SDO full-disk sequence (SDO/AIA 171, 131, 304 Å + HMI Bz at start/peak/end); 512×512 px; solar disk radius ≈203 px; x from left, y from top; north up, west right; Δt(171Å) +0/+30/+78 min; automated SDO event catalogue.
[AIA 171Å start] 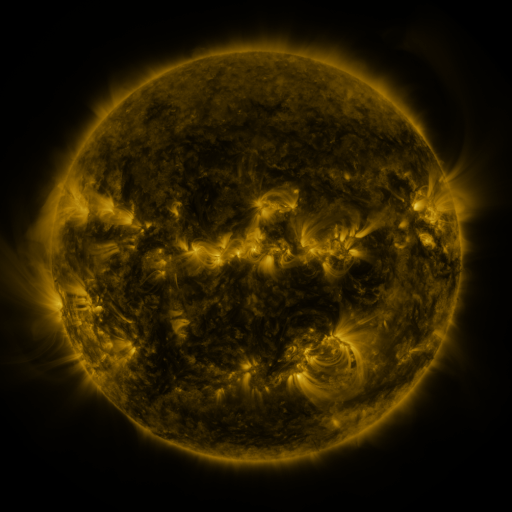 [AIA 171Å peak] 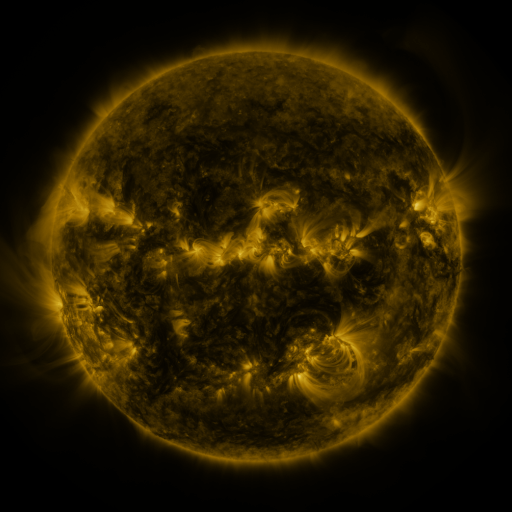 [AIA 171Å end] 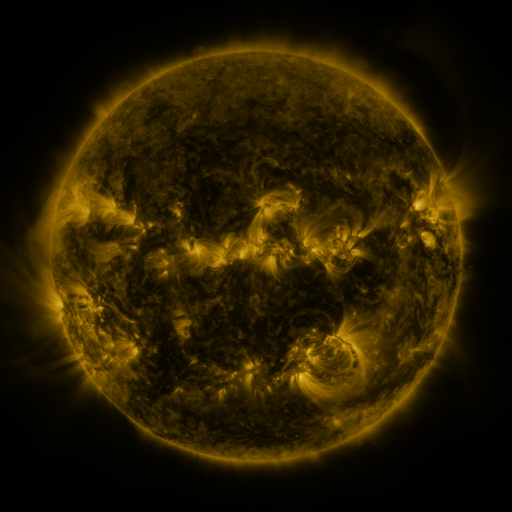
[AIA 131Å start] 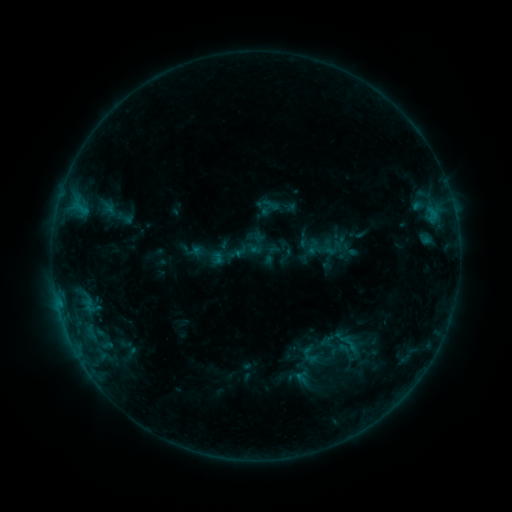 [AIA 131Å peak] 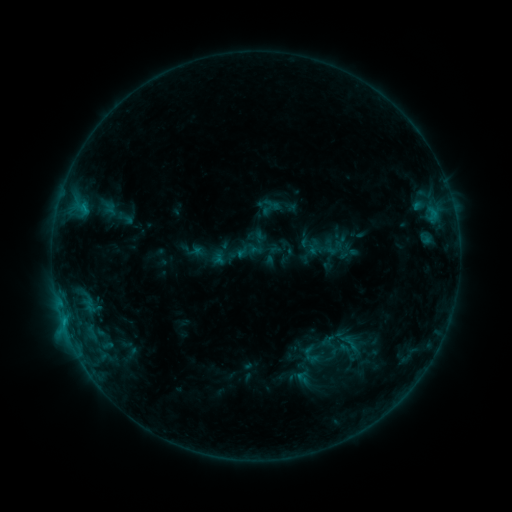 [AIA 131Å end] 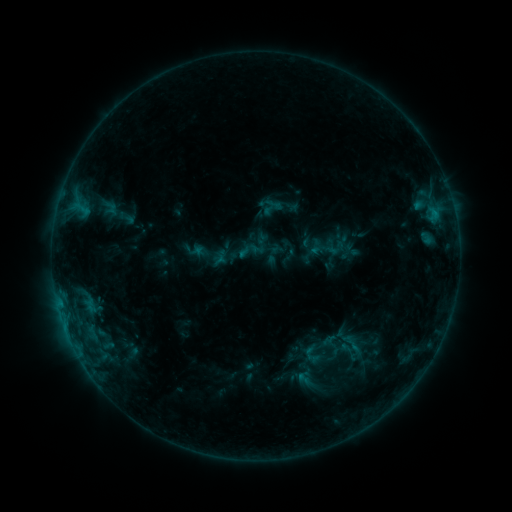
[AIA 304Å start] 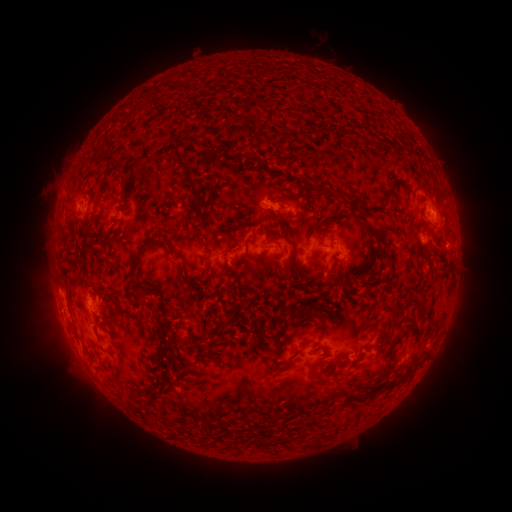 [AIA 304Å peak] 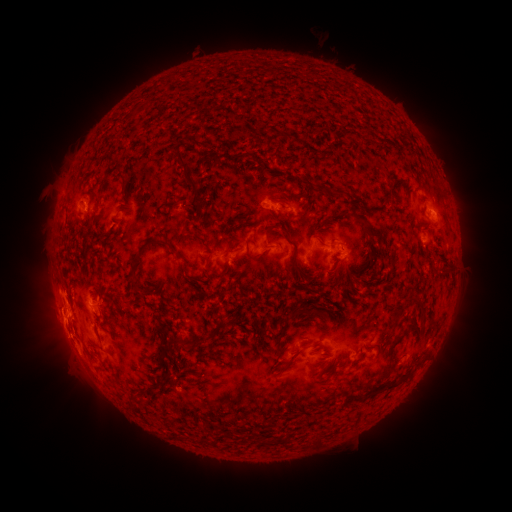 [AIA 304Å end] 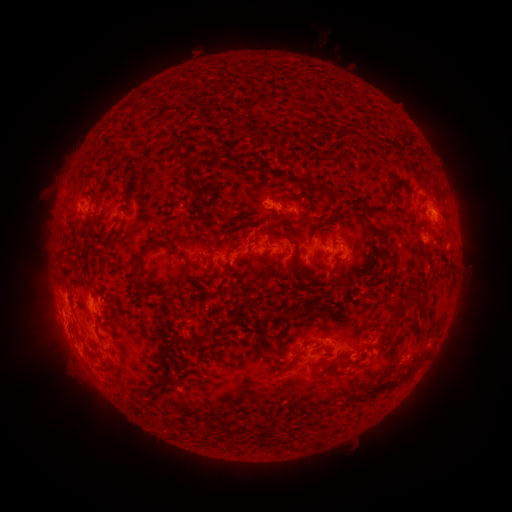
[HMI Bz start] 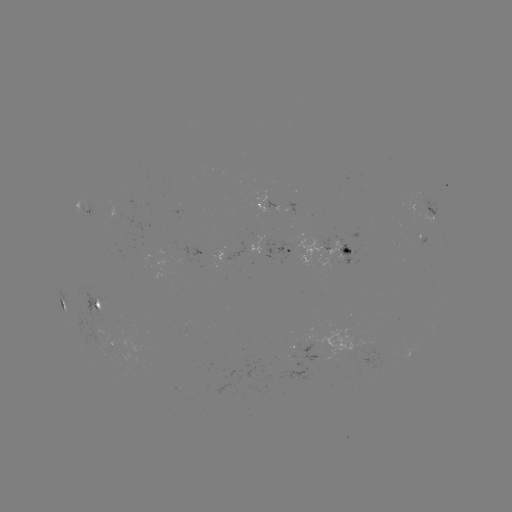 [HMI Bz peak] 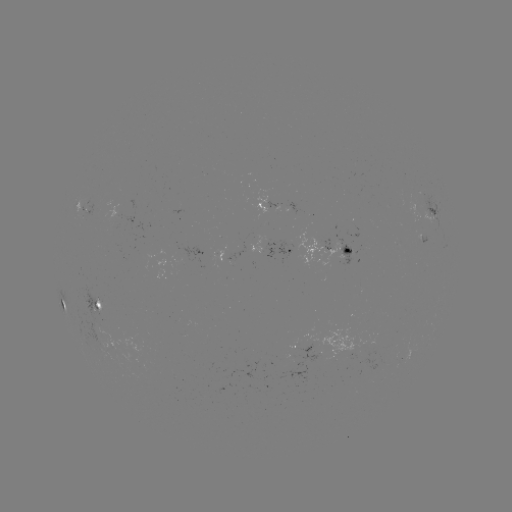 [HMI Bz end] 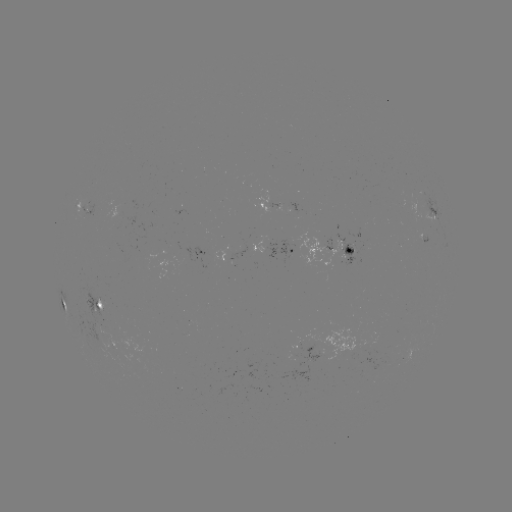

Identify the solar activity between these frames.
C1.2 flare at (64, 321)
